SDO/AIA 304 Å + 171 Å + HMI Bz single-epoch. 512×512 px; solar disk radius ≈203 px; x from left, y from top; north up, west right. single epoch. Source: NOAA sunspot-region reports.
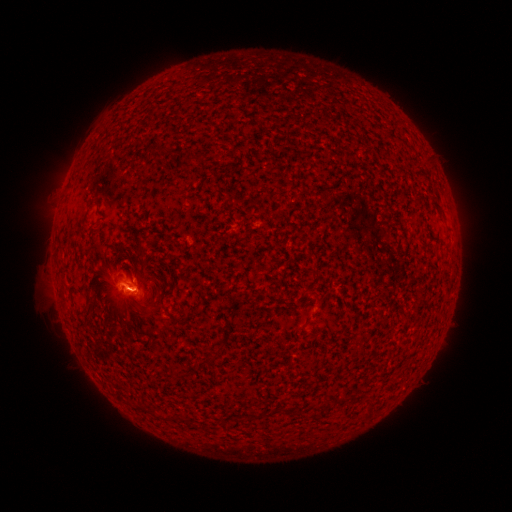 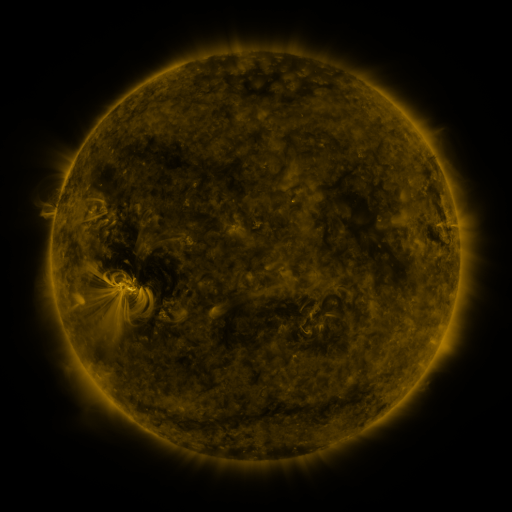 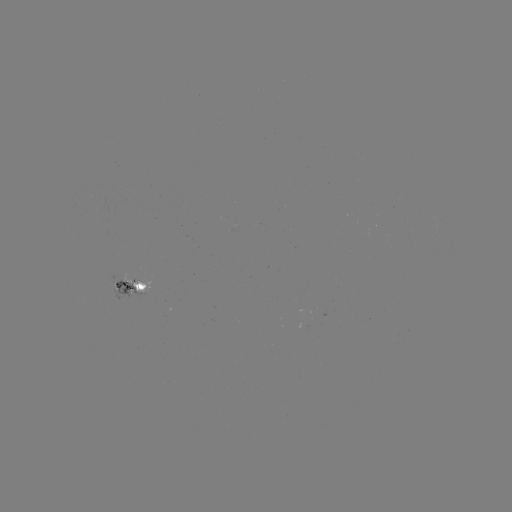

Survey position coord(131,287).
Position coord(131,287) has spotted active region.